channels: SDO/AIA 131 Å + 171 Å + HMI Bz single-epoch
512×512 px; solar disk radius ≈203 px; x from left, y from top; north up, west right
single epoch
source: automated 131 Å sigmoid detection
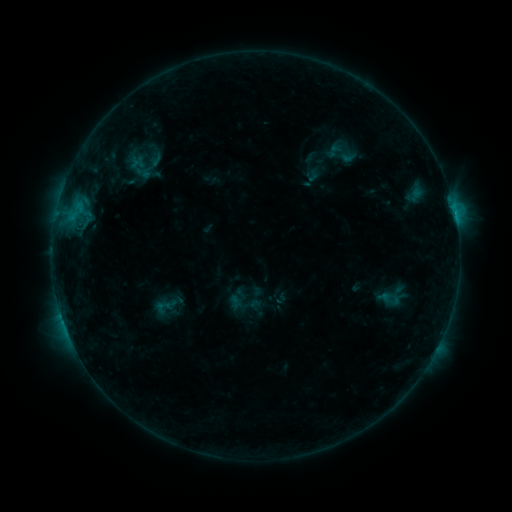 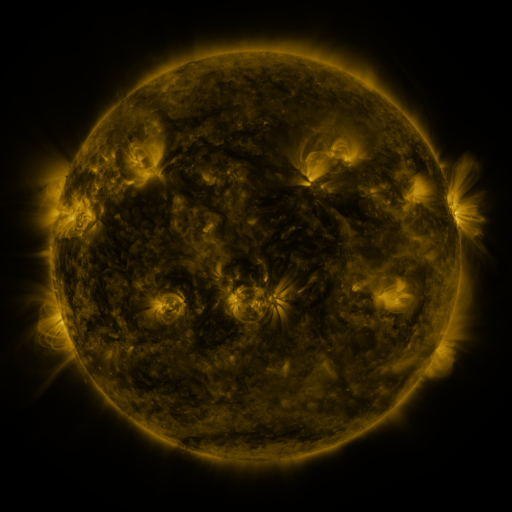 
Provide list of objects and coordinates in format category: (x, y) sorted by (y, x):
sigmoid: (344, 152)
sigmoid: (144, 165)
sigmoid: (392, 297)
